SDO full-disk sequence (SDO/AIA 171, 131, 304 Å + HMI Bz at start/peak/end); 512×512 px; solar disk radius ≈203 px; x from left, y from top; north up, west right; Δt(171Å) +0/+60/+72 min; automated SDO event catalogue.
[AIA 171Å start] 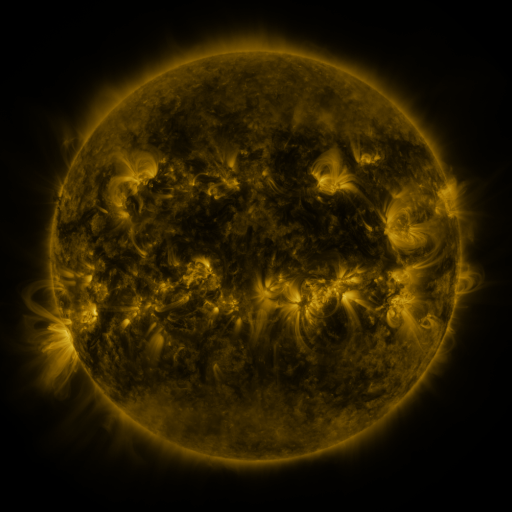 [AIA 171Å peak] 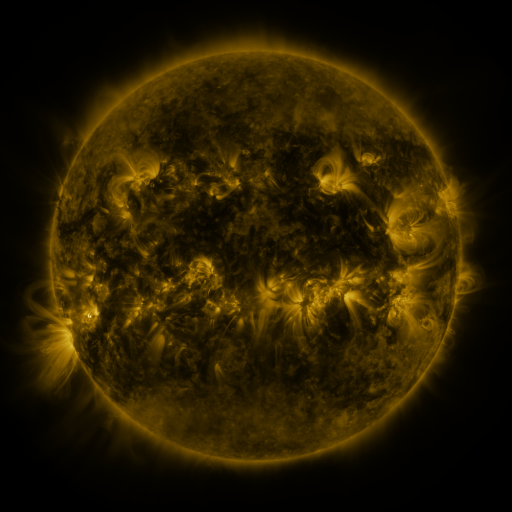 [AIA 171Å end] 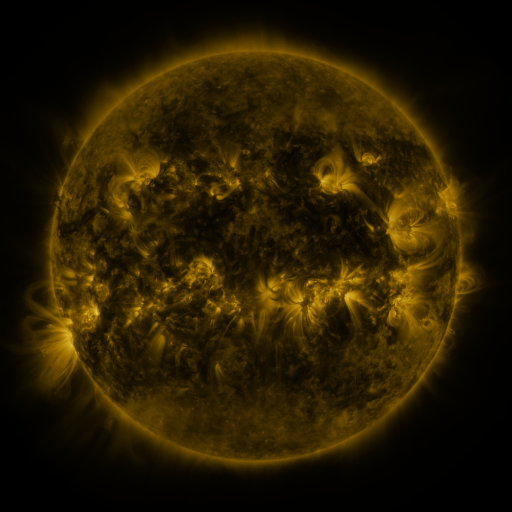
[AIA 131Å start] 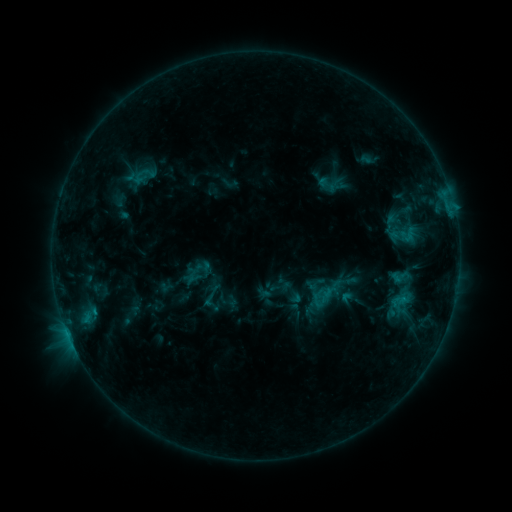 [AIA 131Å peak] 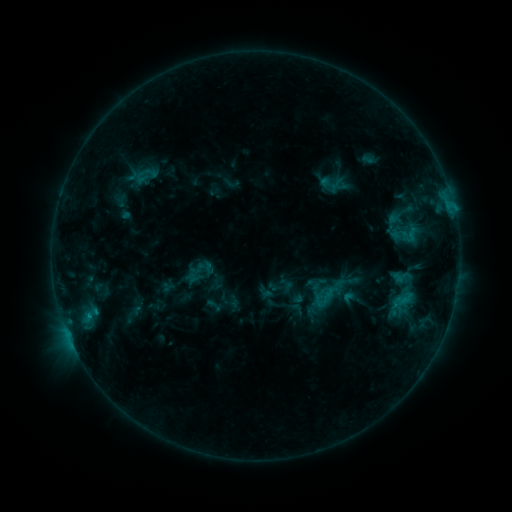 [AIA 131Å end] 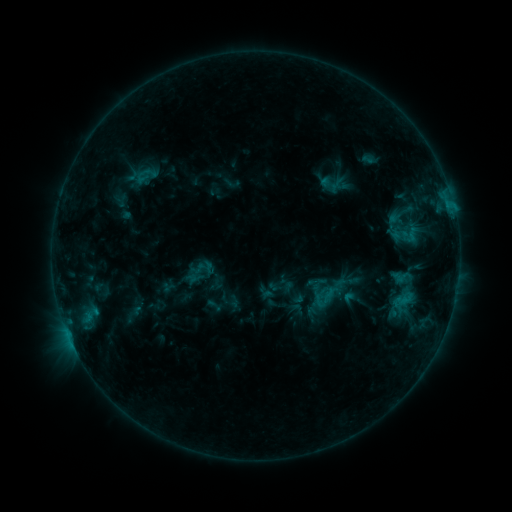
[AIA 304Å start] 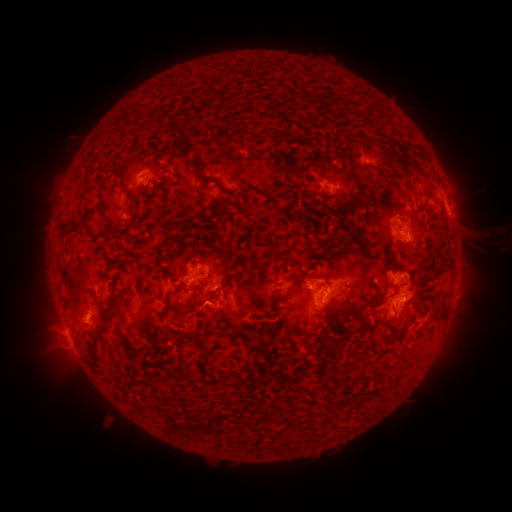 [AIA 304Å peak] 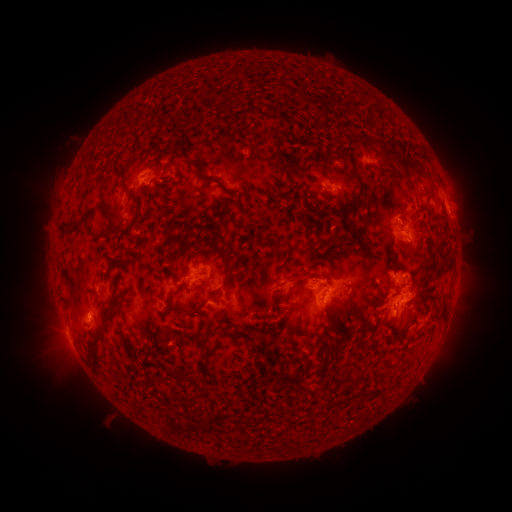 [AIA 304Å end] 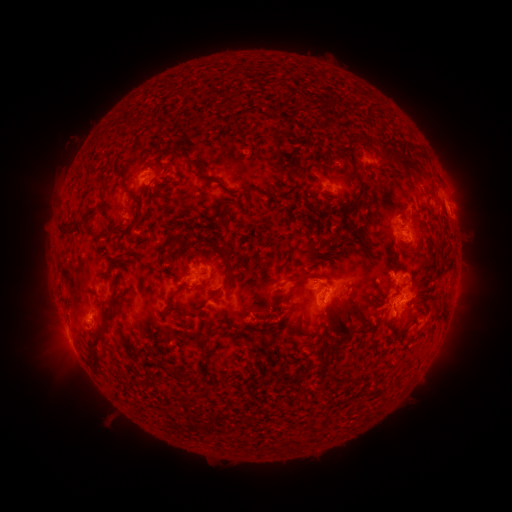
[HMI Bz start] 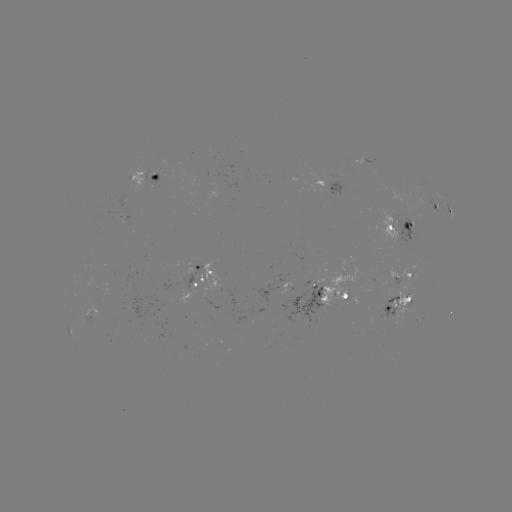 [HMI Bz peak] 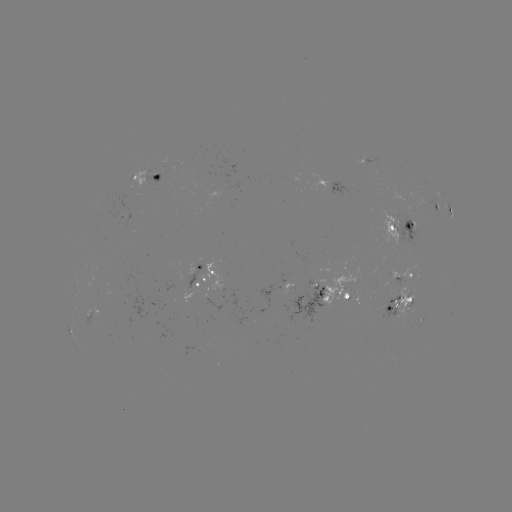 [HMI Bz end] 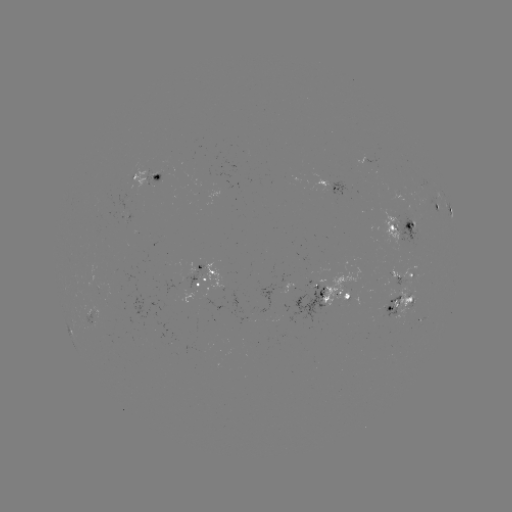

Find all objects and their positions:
emerging-flux region: (405, 276)
